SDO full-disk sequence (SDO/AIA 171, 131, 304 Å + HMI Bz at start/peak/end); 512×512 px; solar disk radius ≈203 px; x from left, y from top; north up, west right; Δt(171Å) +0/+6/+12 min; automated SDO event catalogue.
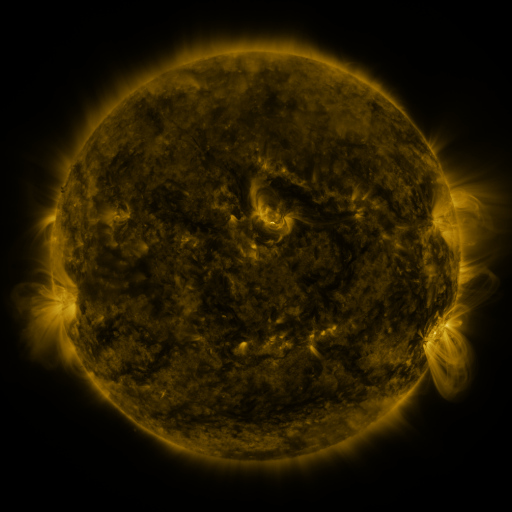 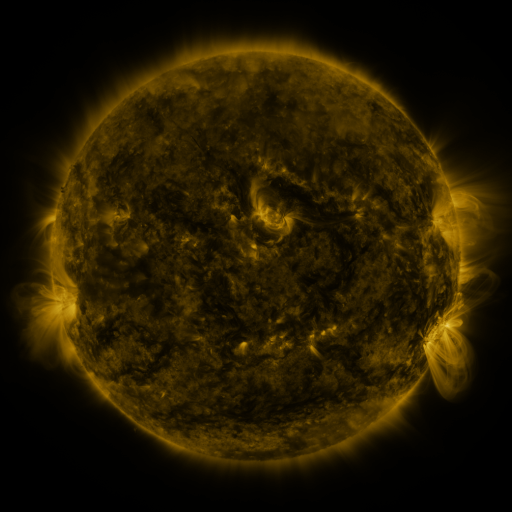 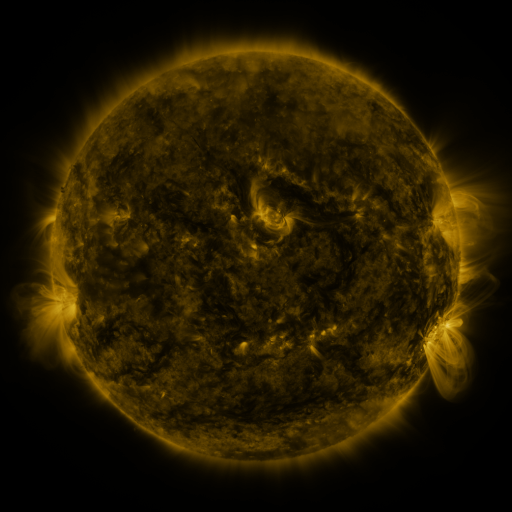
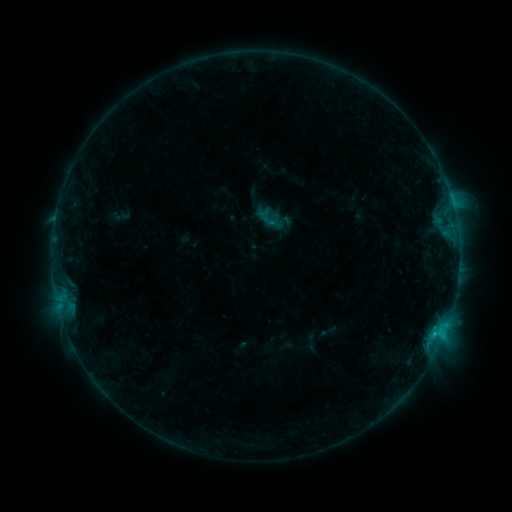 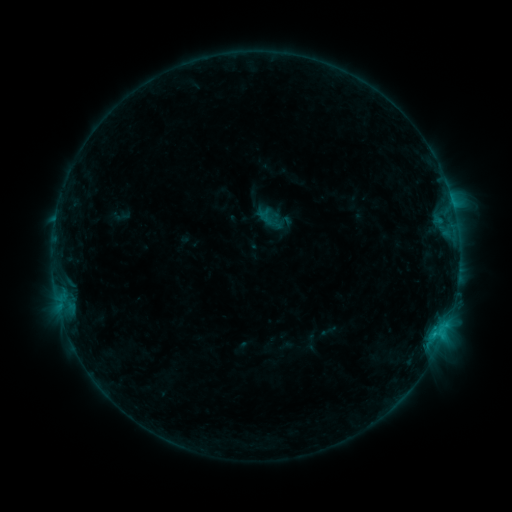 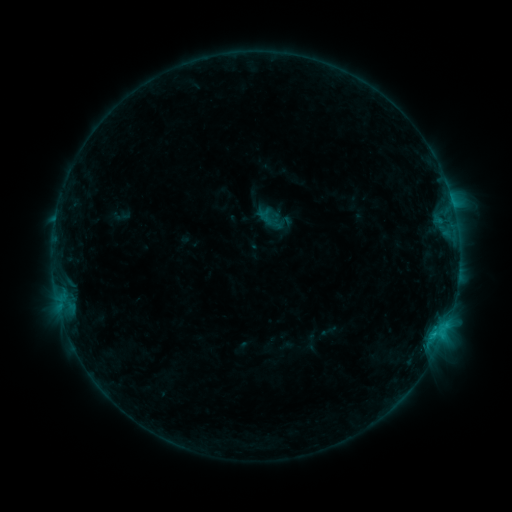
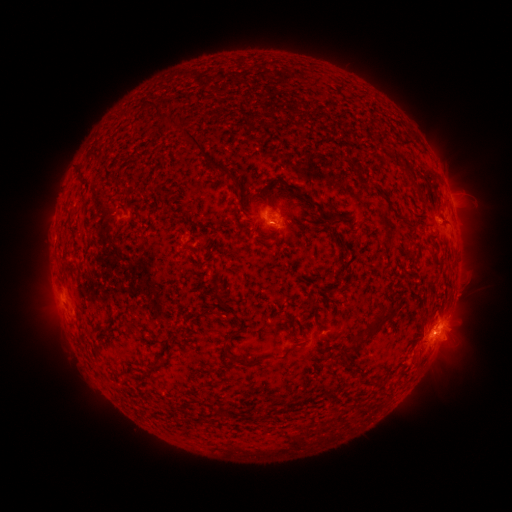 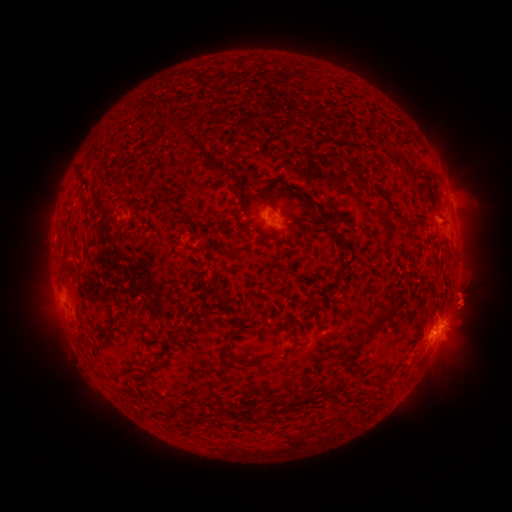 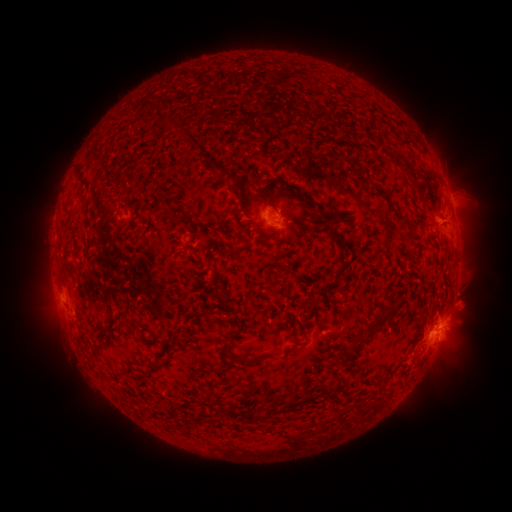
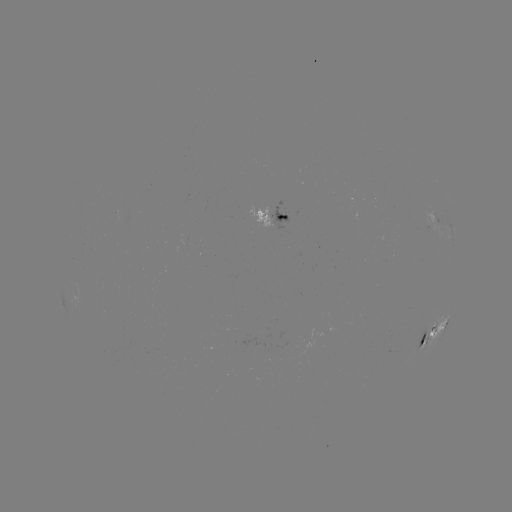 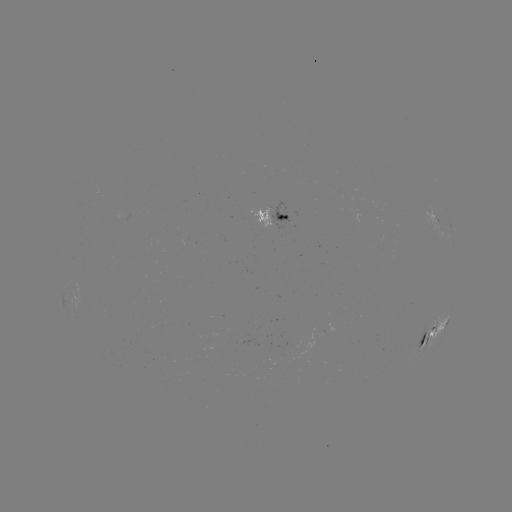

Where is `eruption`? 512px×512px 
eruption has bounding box [438, 274, 487, 326].